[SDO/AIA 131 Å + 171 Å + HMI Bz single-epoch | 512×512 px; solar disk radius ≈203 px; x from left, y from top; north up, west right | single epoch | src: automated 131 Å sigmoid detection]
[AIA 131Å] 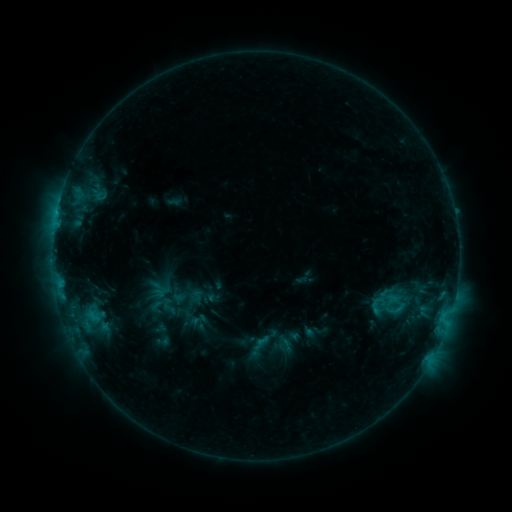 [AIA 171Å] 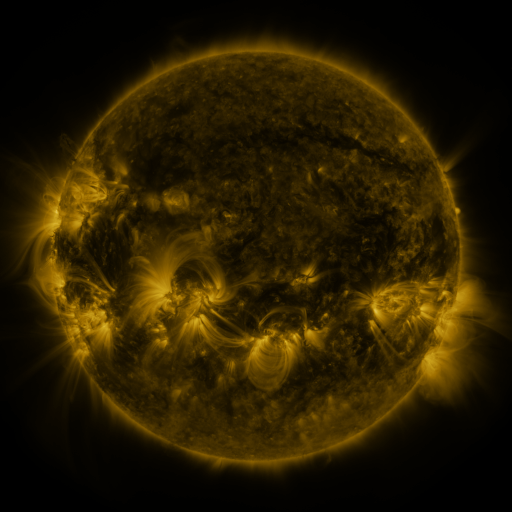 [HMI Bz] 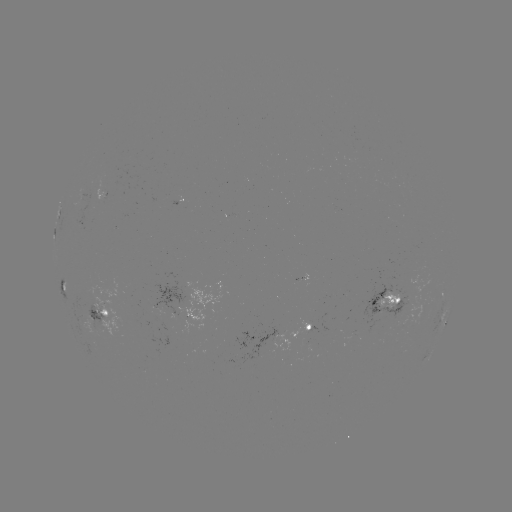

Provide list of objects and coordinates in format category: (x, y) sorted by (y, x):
sigmoid: (169, 307)
